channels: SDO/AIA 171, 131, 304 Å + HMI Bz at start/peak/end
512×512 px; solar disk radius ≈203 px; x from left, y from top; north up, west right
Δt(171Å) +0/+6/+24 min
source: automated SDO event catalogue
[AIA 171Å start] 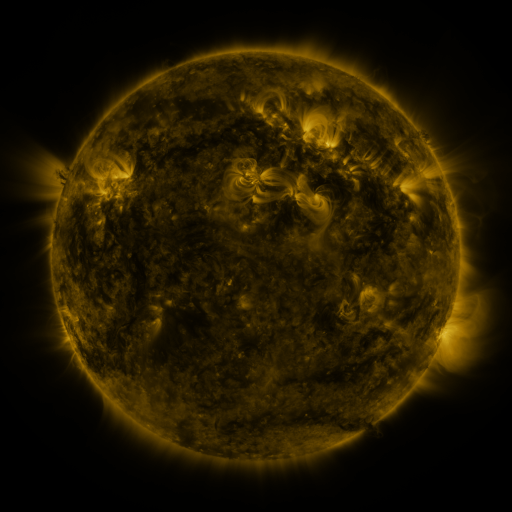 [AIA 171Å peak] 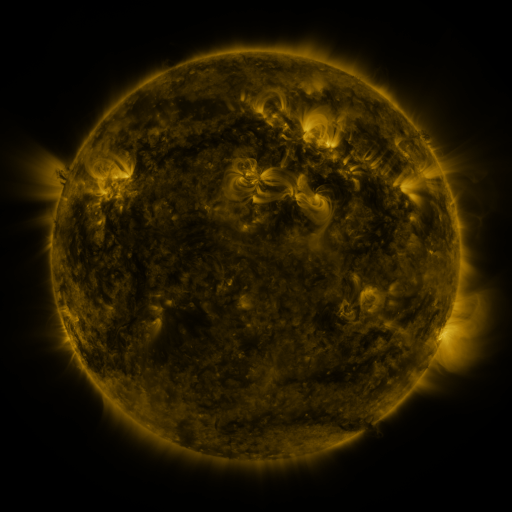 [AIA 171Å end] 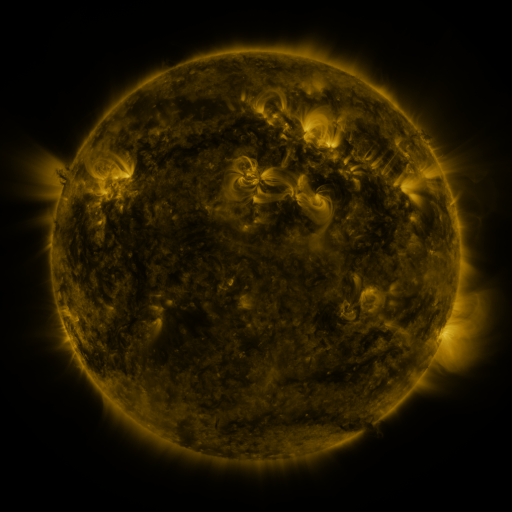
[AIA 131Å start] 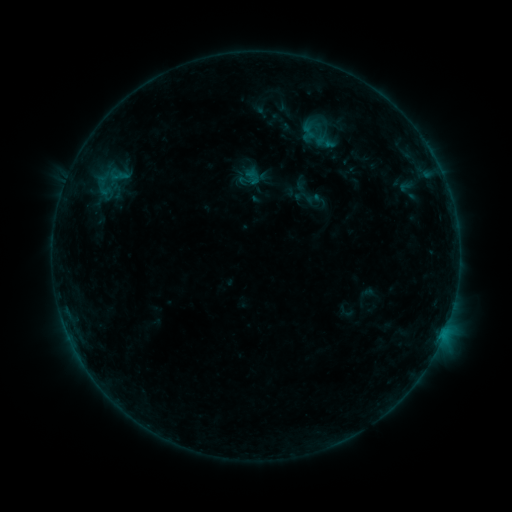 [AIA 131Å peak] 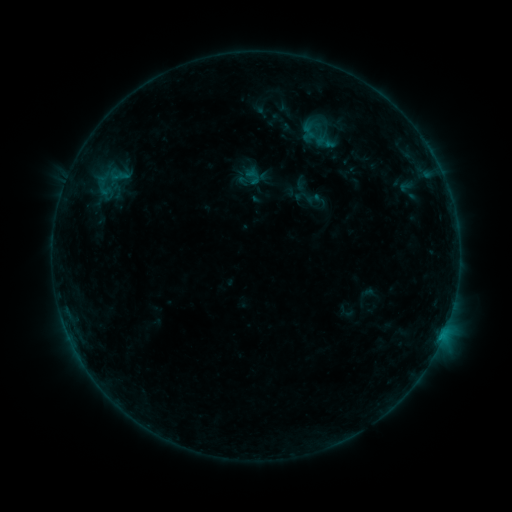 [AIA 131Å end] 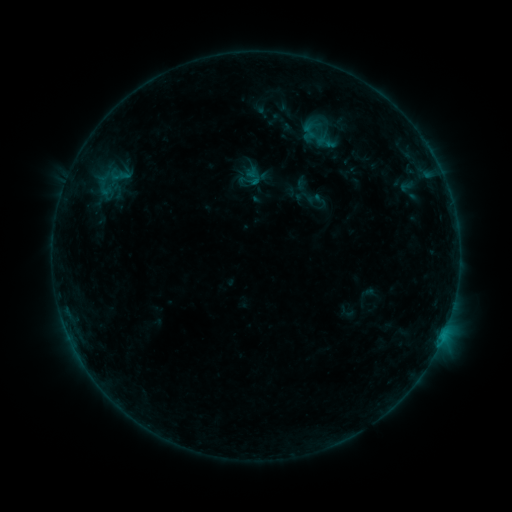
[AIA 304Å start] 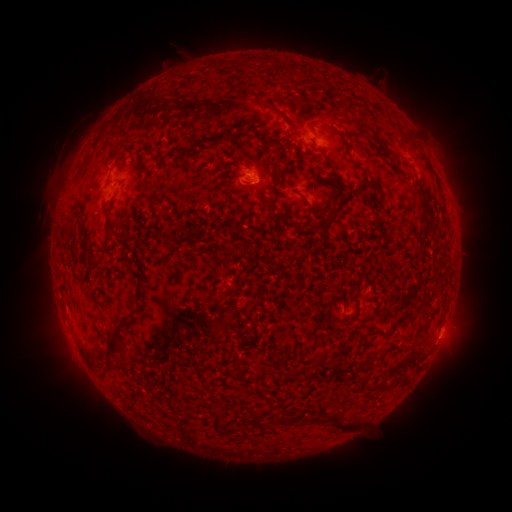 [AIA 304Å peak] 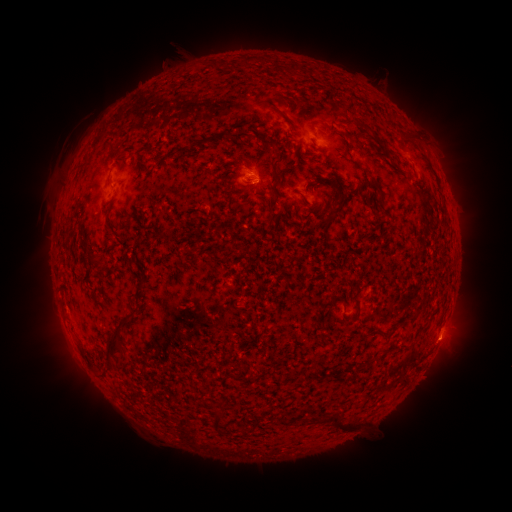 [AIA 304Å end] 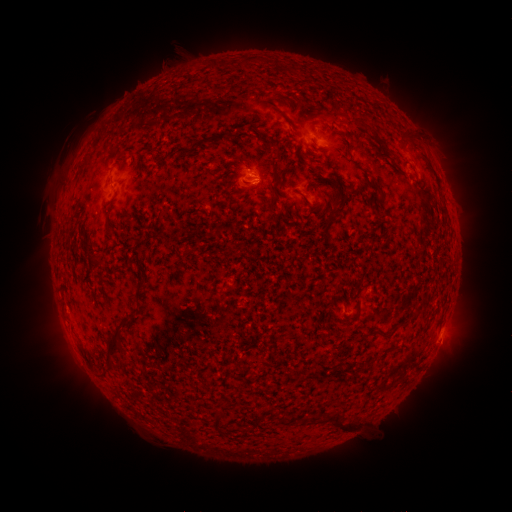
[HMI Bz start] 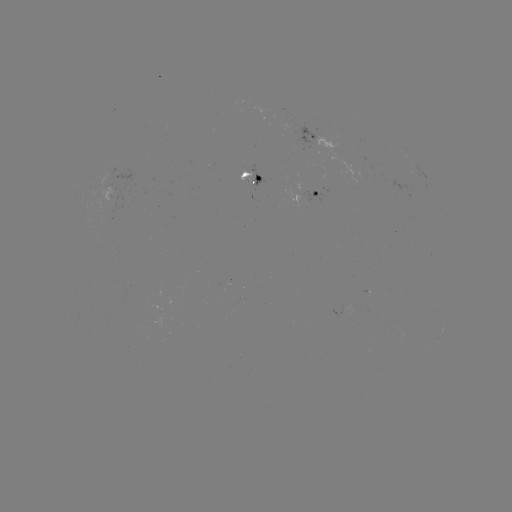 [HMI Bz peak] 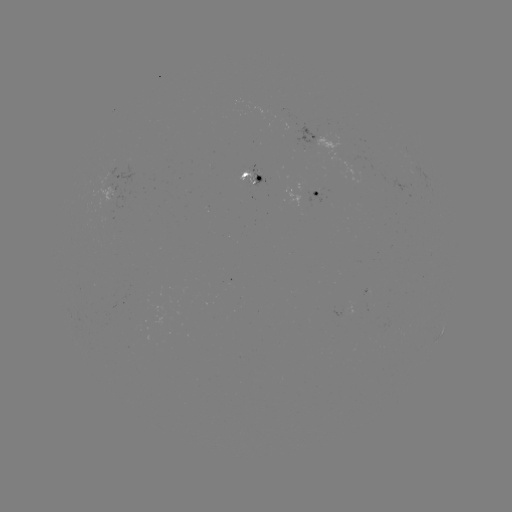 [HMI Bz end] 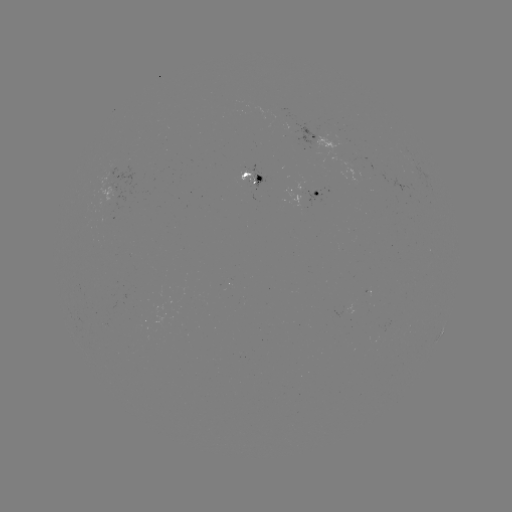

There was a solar flare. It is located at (441, 336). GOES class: B7.2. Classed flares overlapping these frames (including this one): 1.